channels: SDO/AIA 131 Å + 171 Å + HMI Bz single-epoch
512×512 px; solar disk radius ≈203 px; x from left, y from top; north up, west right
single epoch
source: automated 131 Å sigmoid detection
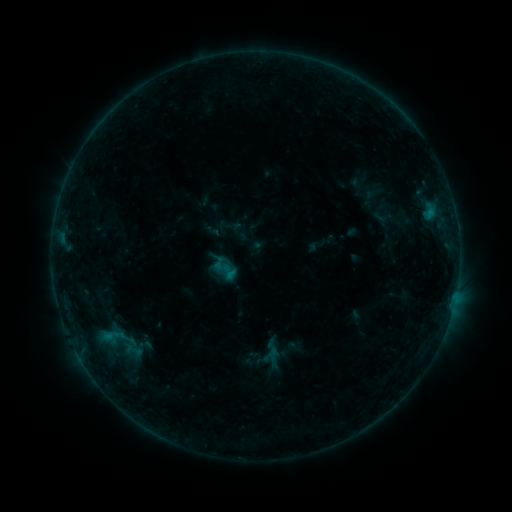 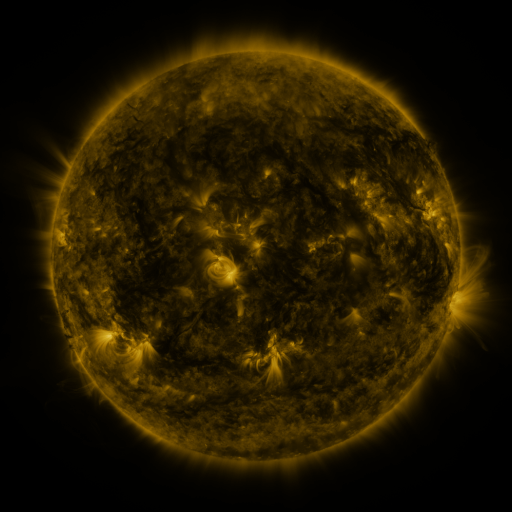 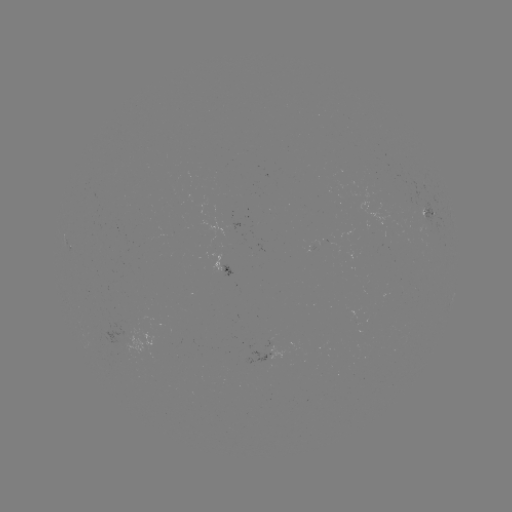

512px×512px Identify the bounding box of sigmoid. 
[257, 337, 285, 365].